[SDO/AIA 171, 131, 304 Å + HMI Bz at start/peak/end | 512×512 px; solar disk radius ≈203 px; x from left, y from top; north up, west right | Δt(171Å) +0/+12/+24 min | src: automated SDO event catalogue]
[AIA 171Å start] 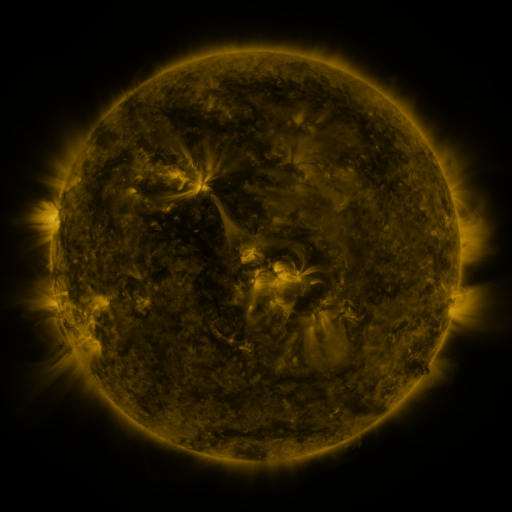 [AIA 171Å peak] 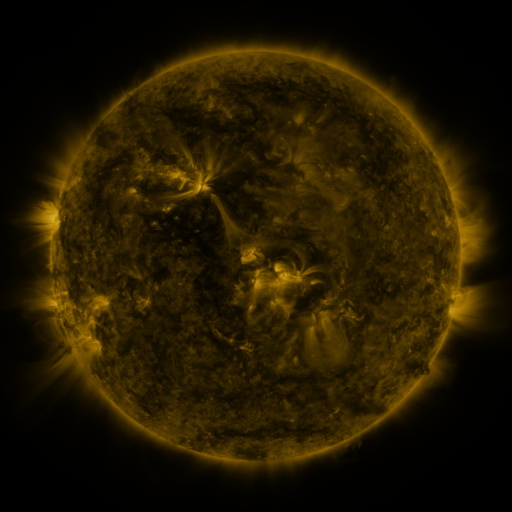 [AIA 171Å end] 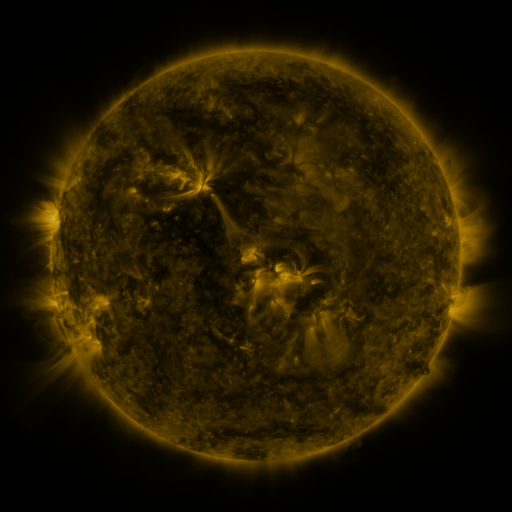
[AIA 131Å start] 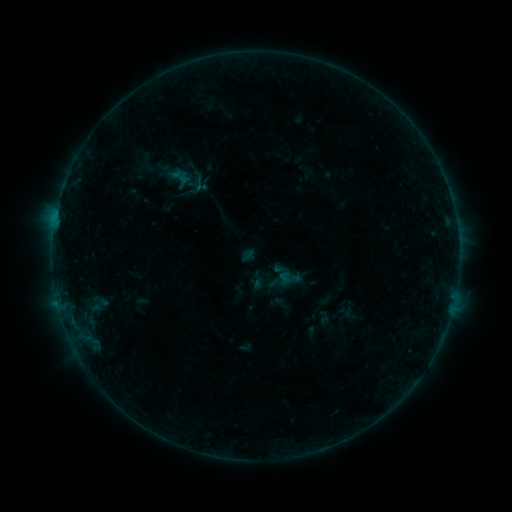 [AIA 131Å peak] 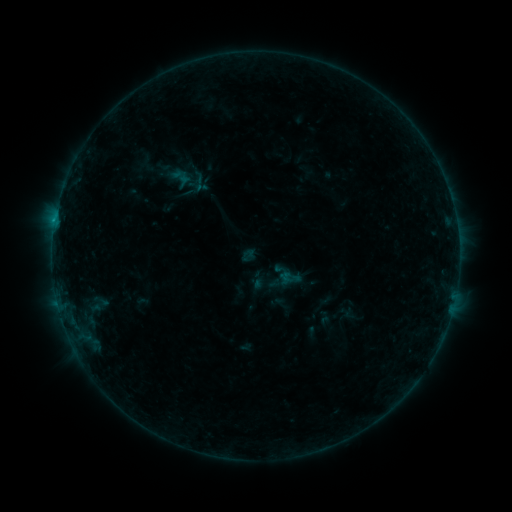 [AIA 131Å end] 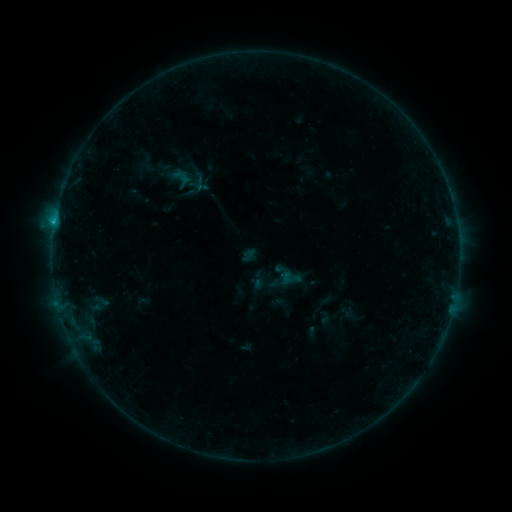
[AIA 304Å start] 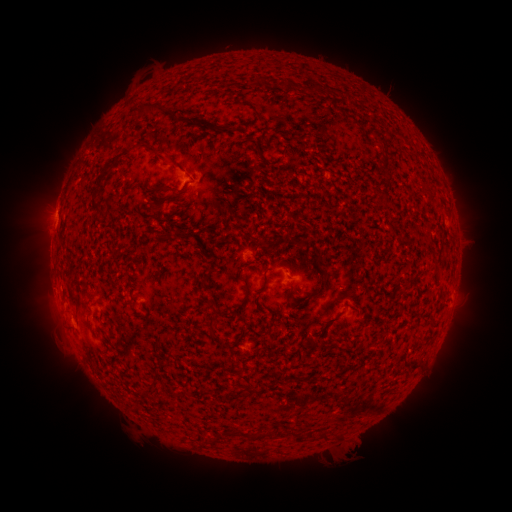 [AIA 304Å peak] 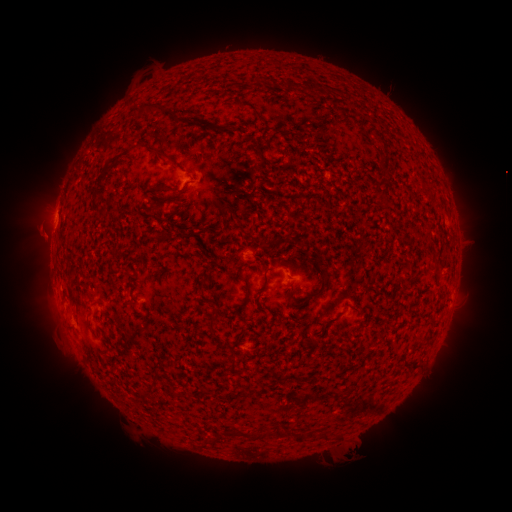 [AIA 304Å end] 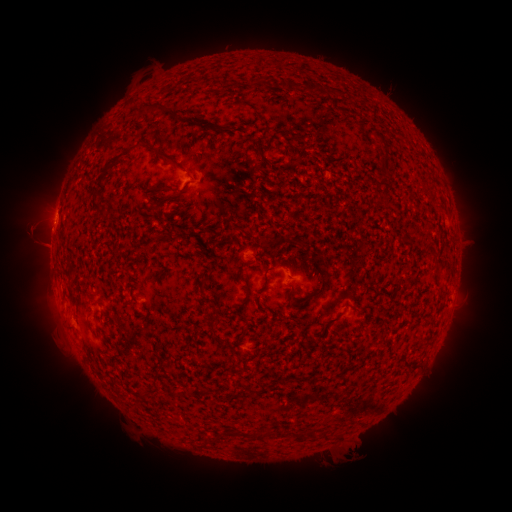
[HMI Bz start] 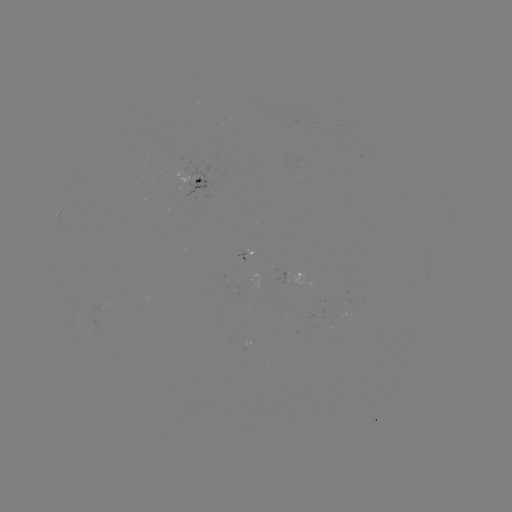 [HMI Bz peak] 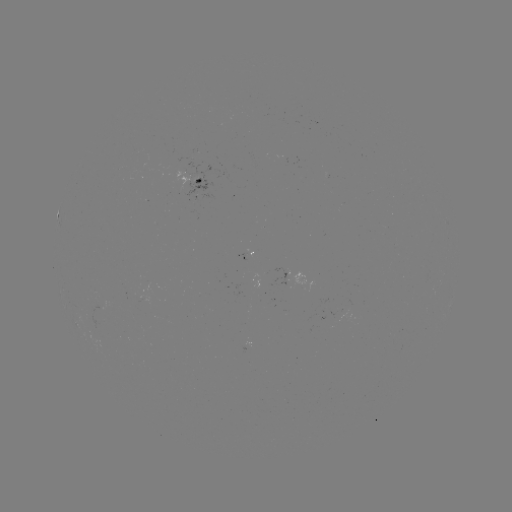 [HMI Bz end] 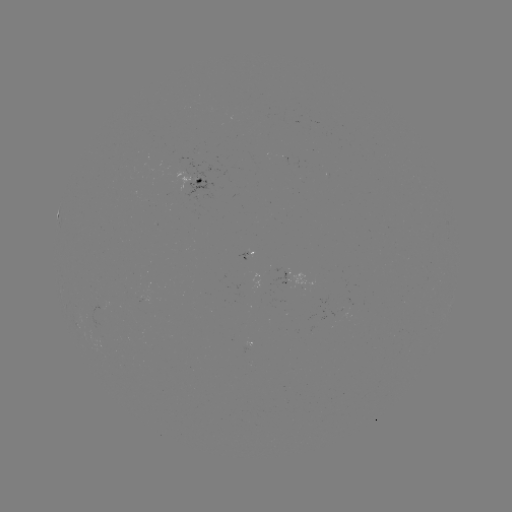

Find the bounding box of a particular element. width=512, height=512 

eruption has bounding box [4, 206, 78, 267].